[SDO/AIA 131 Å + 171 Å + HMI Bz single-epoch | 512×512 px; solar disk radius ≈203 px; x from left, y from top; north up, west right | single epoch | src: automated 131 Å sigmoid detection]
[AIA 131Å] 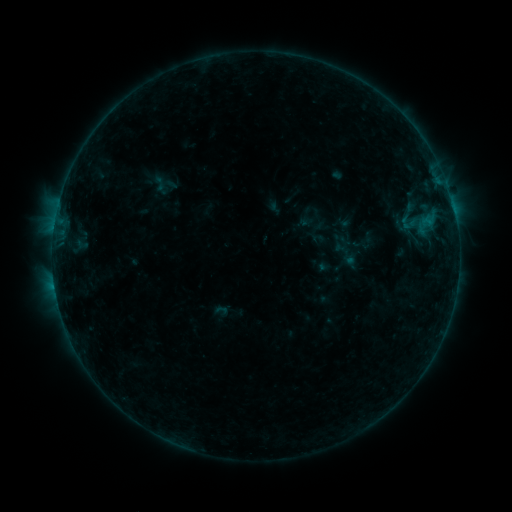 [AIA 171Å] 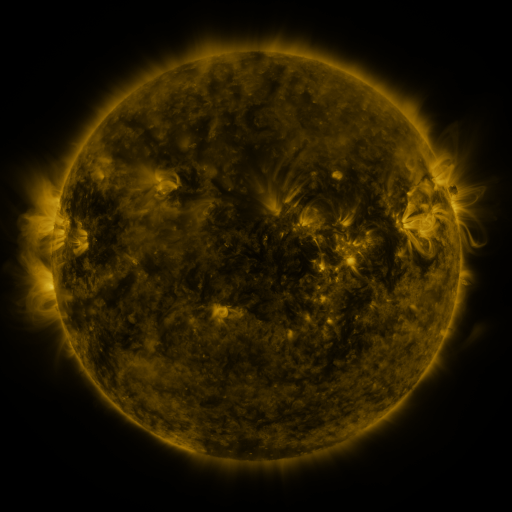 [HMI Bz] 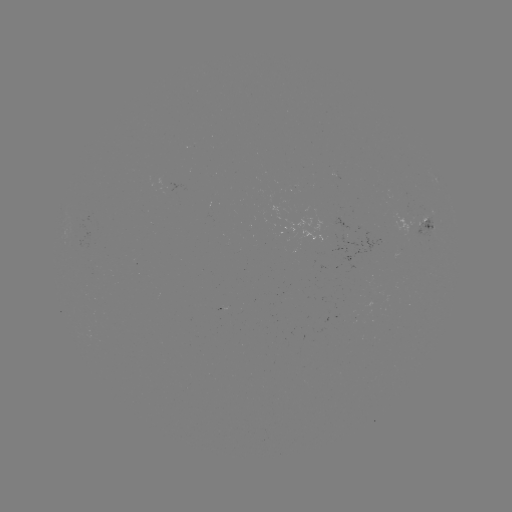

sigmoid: <bbox>395, 212, 421, 232</bbox>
